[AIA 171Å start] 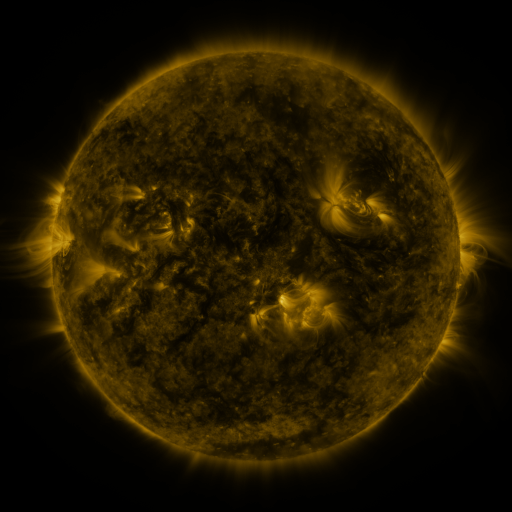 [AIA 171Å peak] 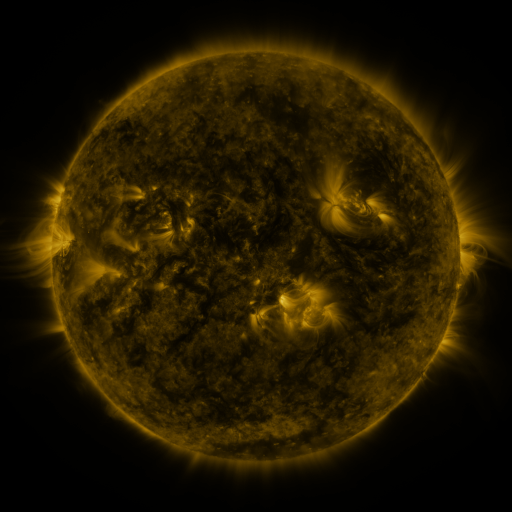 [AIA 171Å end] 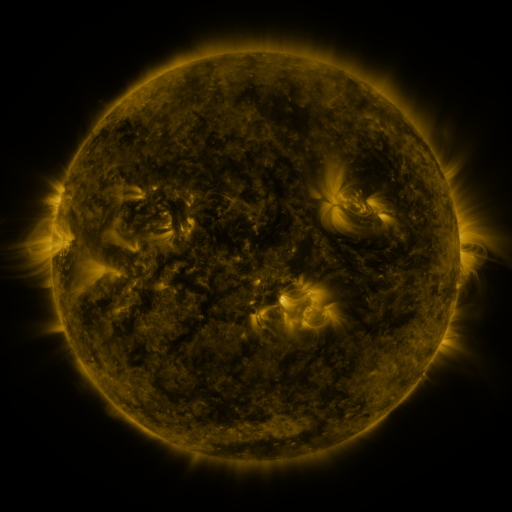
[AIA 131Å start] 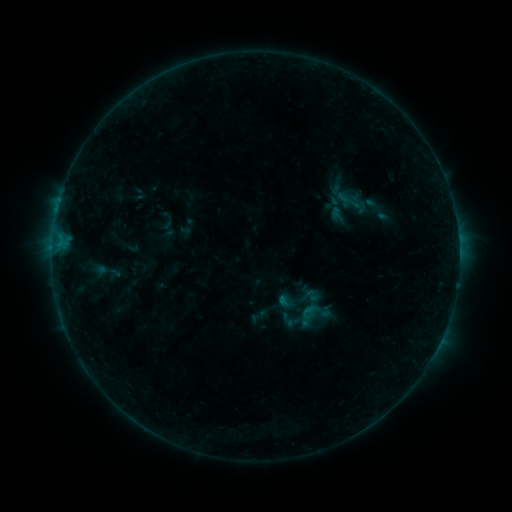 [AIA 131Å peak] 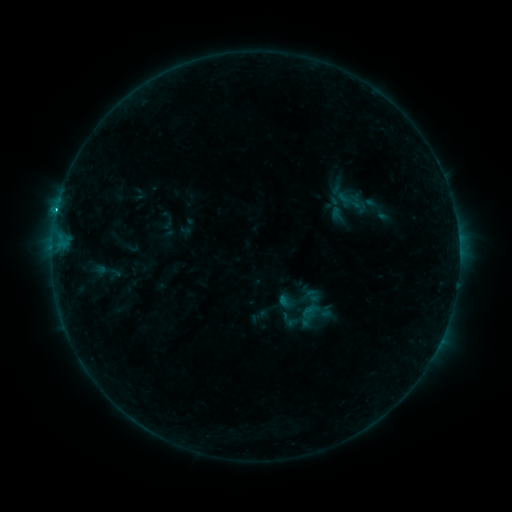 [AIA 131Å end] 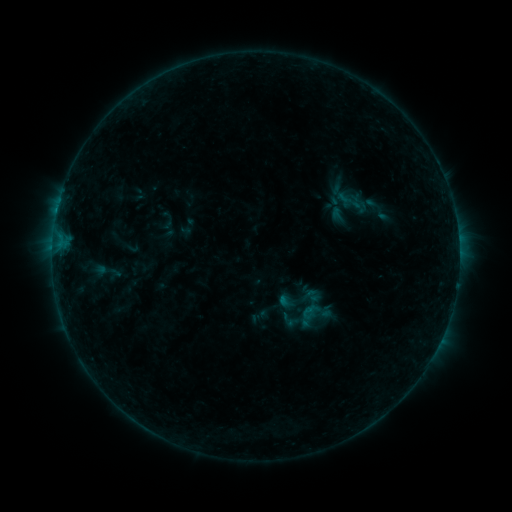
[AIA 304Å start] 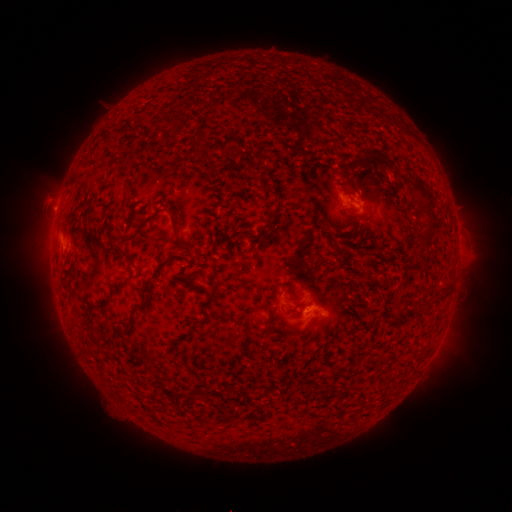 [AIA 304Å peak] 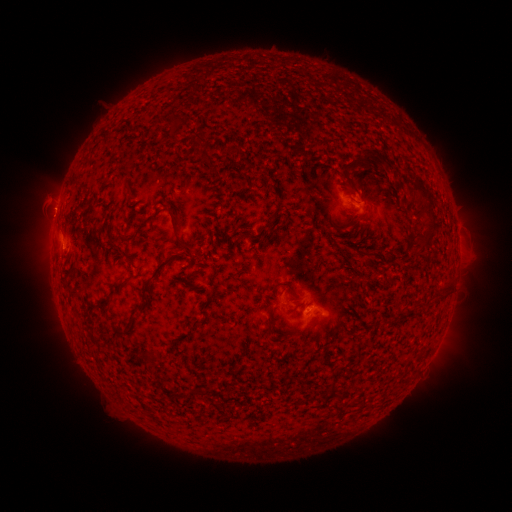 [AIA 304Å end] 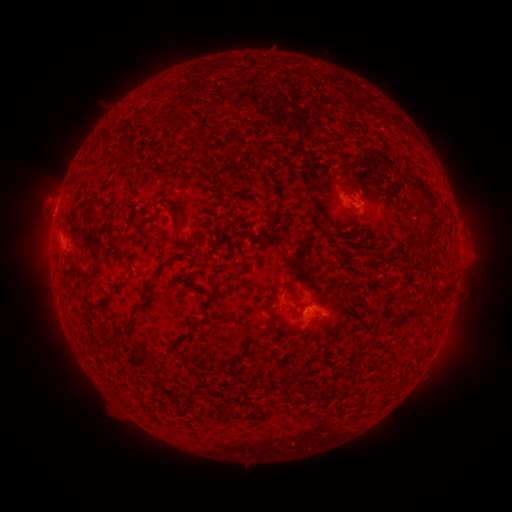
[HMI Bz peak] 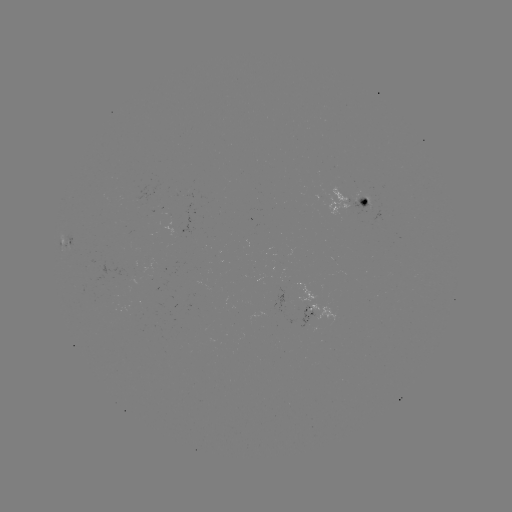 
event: flare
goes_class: B9.4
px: (59, 213)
